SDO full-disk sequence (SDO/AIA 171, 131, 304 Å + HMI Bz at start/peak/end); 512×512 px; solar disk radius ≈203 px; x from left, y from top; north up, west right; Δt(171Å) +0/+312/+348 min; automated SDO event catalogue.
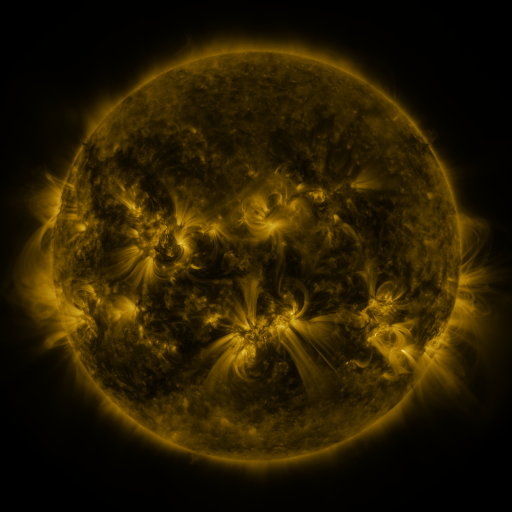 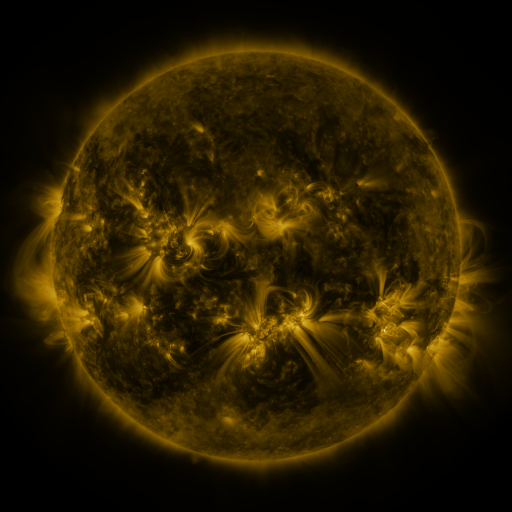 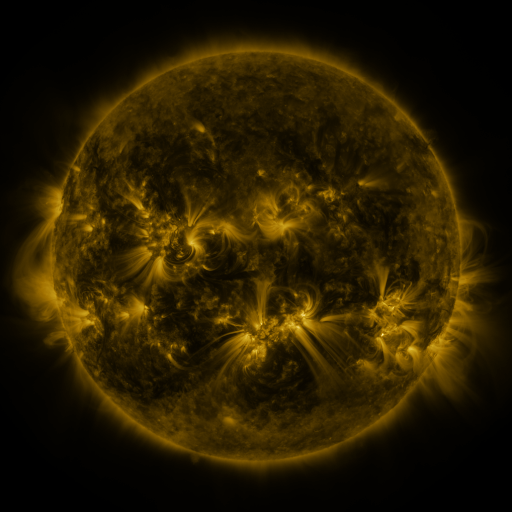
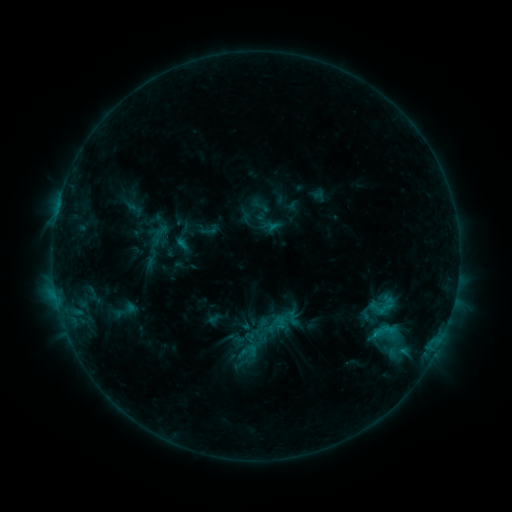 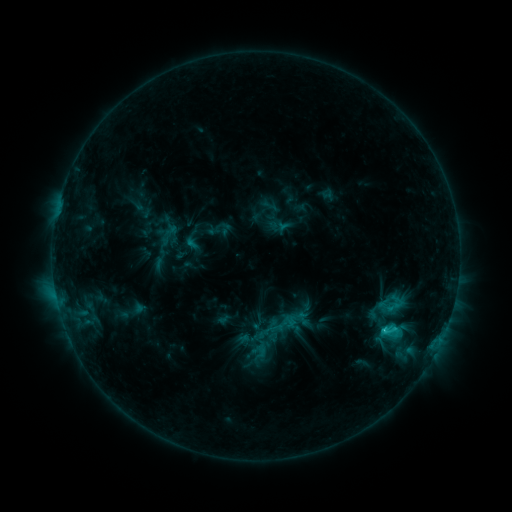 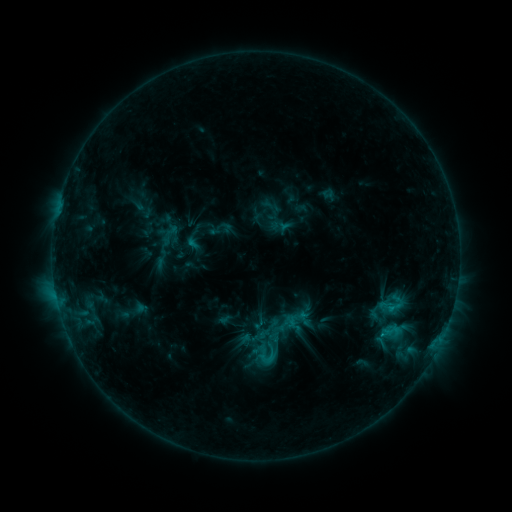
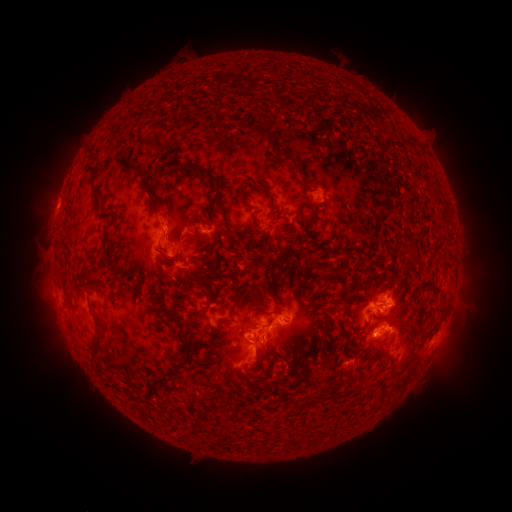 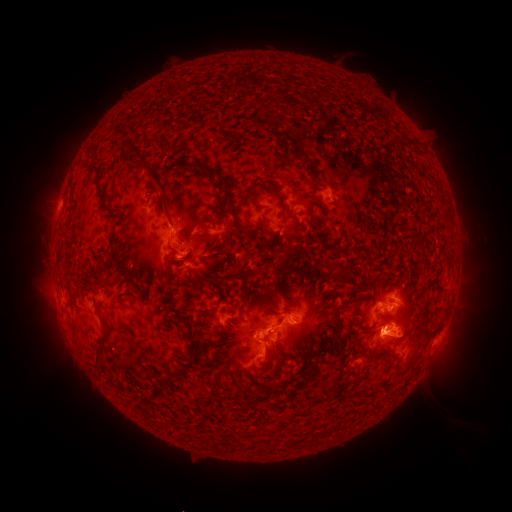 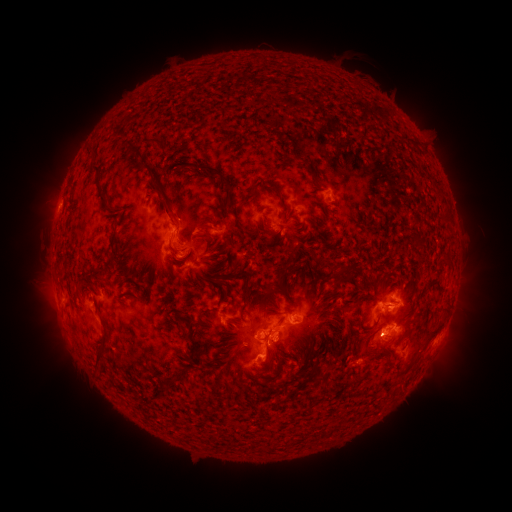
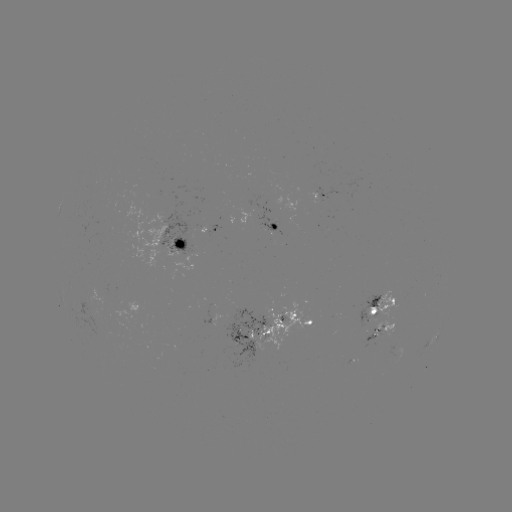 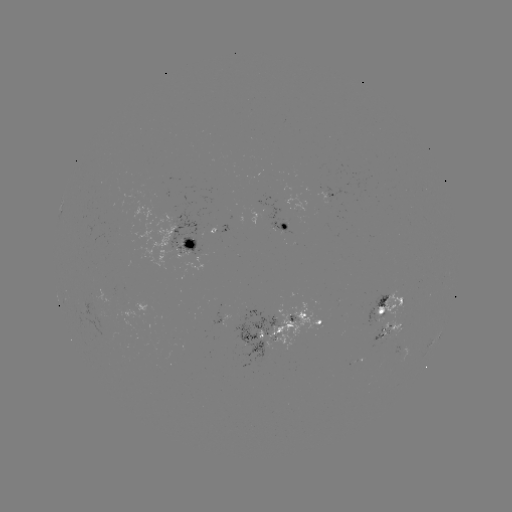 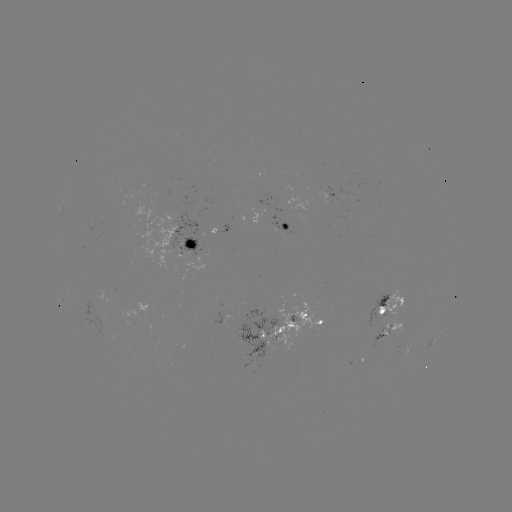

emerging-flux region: [367, 295, 387, 327]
